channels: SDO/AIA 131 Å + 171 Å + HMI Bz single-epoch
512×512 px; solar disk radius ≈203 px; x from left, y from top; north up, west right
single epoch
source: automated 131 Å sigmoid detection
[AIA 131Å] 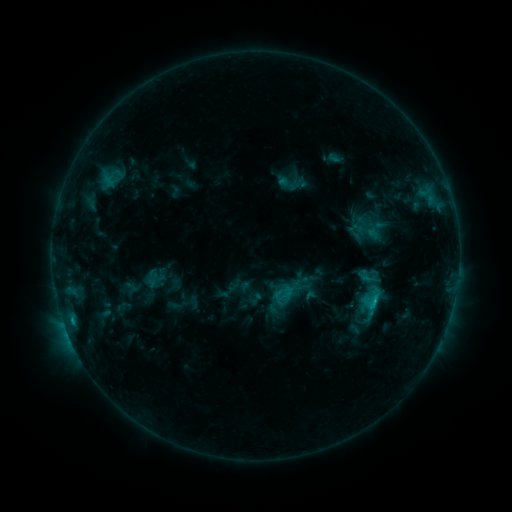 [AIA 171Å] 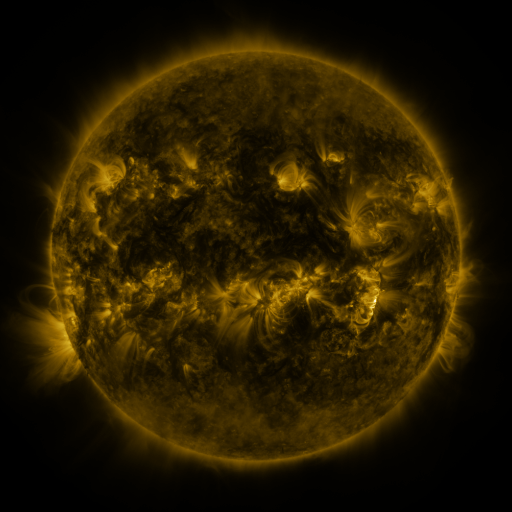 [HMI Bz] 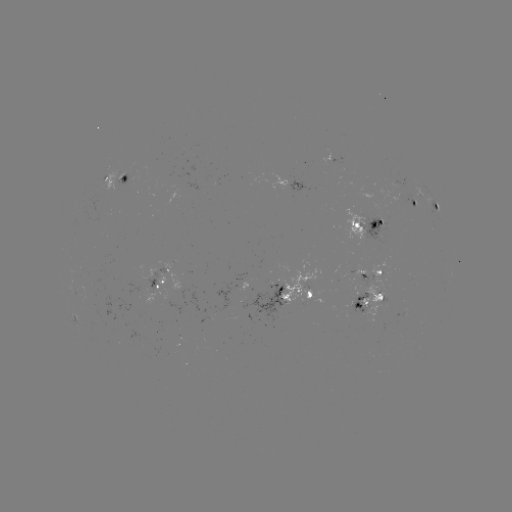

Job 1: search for sigmoid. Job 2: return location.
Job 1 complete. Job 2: (290, 184).